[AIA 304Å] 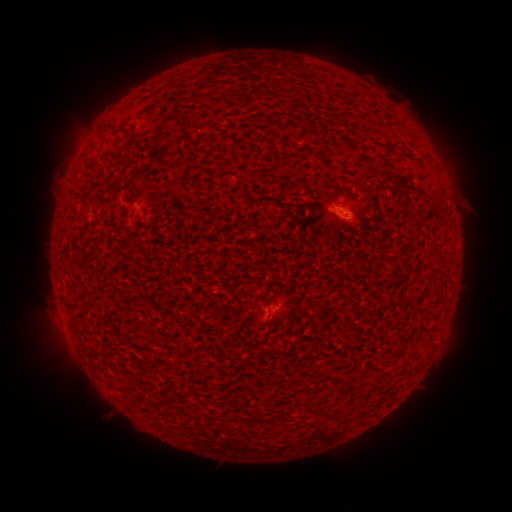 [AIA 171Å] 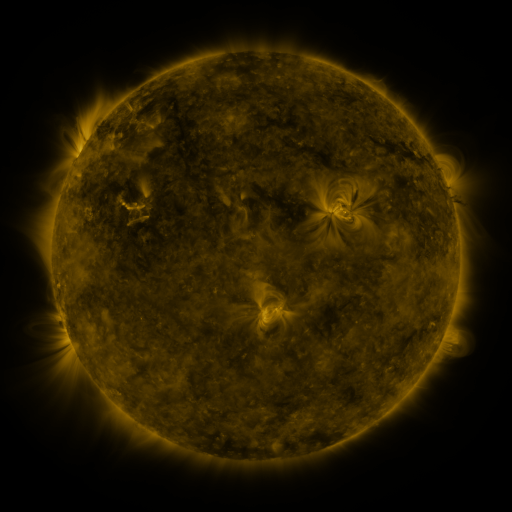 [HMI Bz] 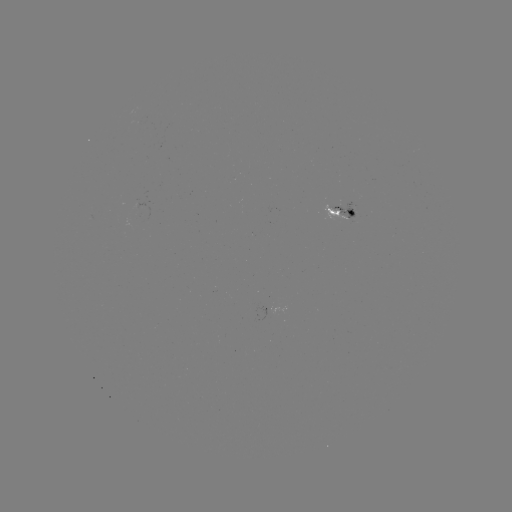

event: spotted active region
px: (346, 216)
